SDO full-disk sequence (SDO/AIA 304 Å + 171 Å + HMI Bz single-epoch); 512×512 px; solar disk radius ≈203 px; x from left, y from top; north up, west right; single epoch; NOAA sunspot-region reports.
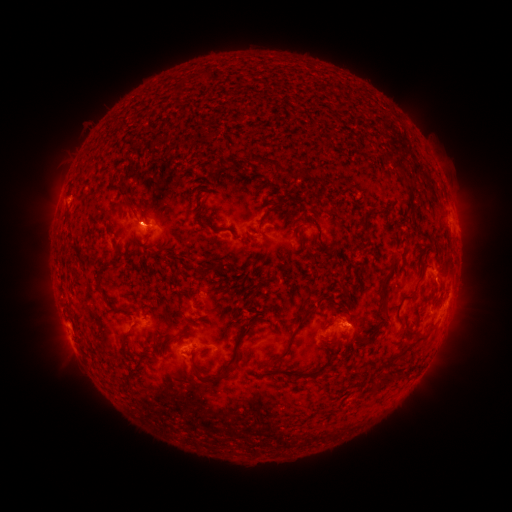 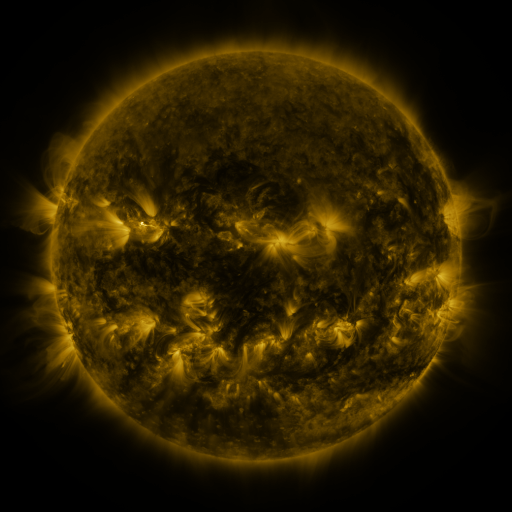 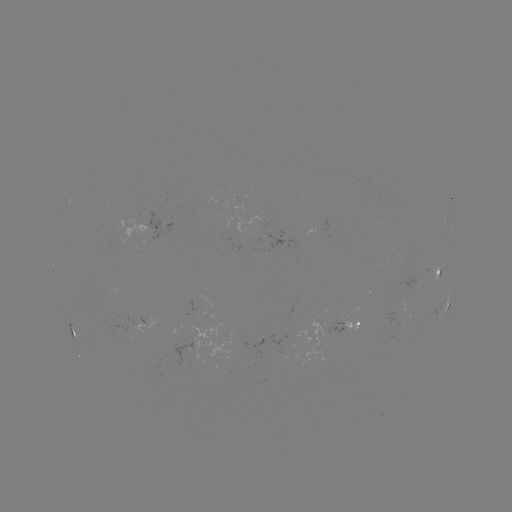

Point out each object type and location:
spotted active region: (249, 232)
spotted active region: (438, 272)
spotted active region: (446, 304)
spotted active region: (345, 327)
spotted active region: (72, 328)
spotted active region: (185, 354)
